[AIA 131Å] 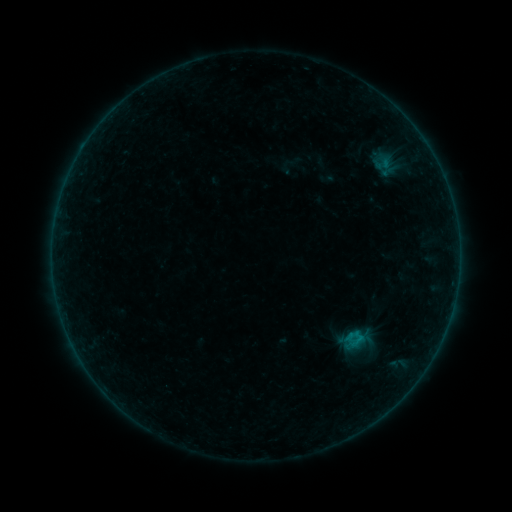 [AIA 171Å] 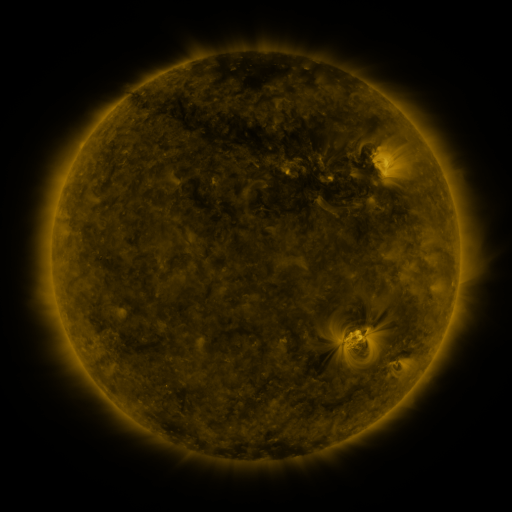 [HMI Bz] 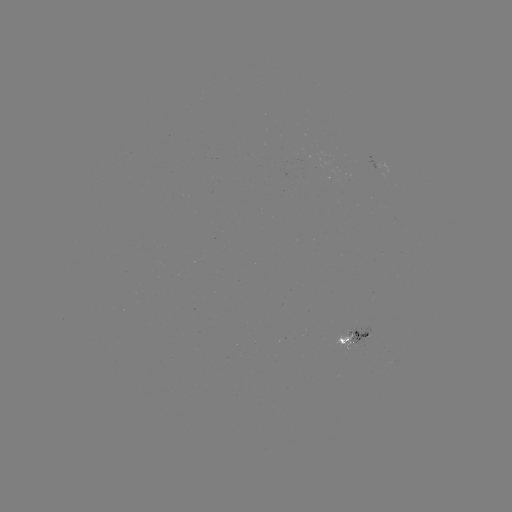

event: sigmoid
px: (383, 164)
